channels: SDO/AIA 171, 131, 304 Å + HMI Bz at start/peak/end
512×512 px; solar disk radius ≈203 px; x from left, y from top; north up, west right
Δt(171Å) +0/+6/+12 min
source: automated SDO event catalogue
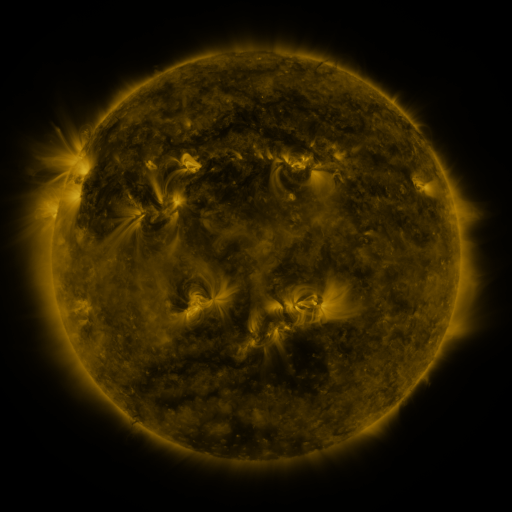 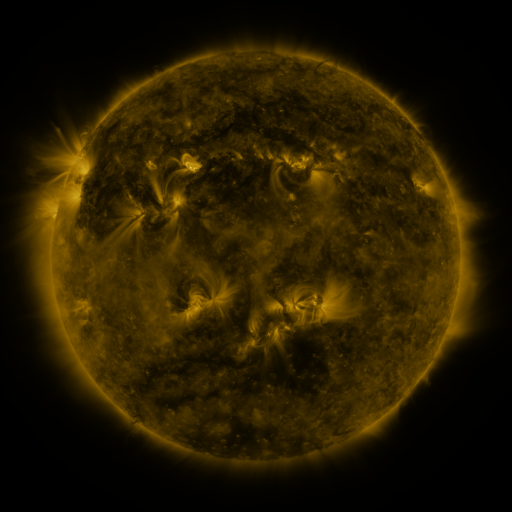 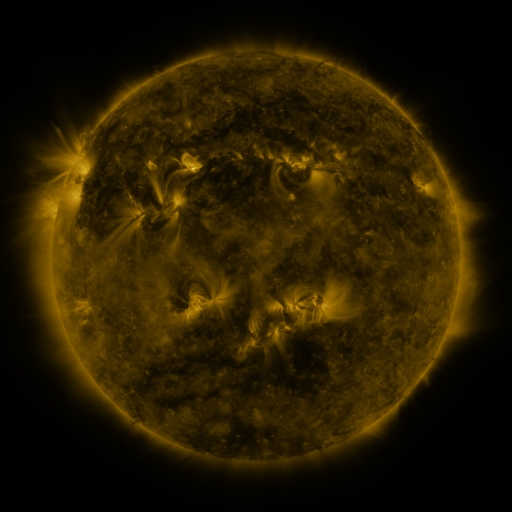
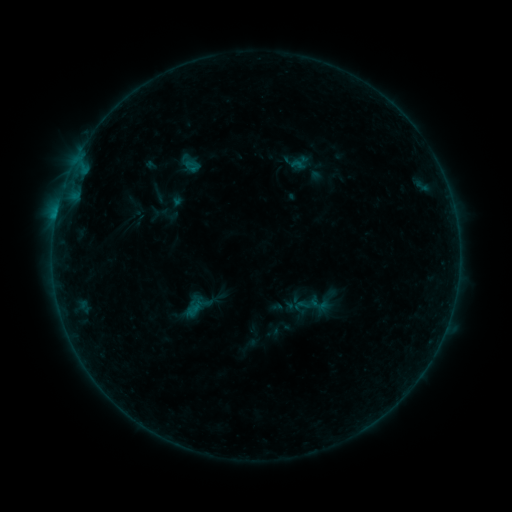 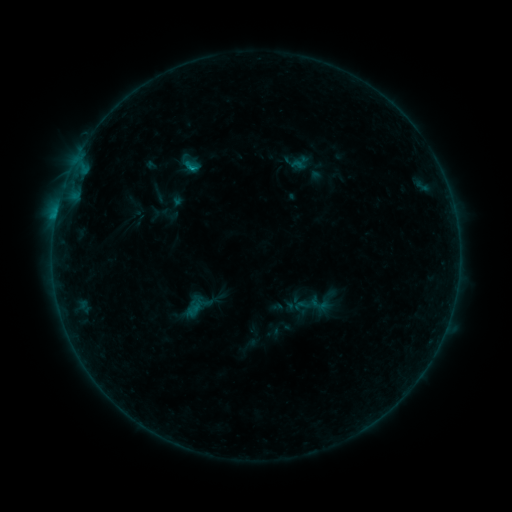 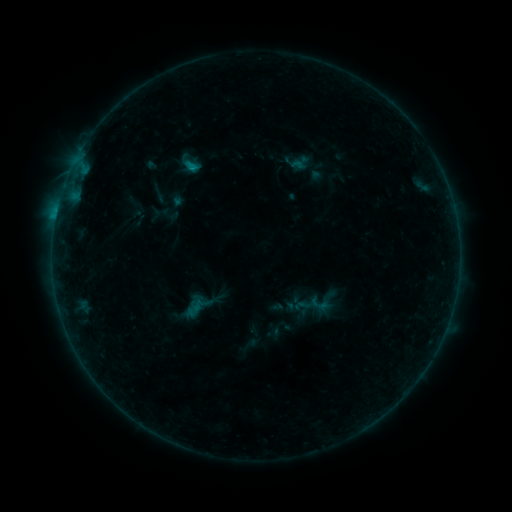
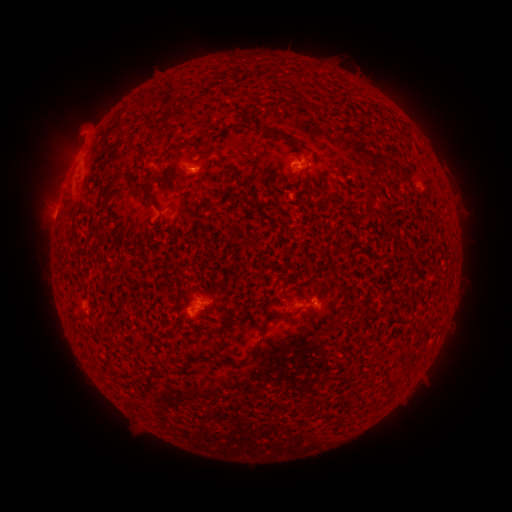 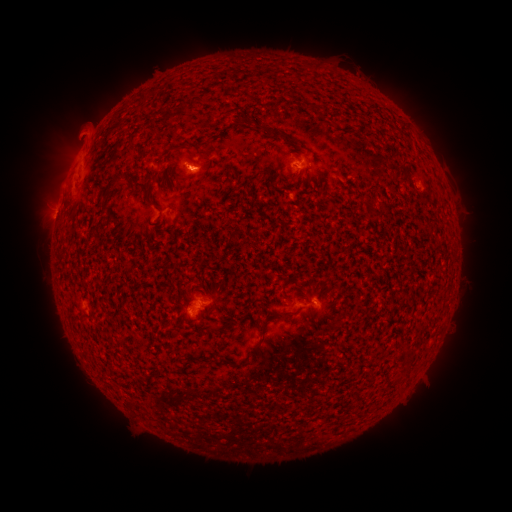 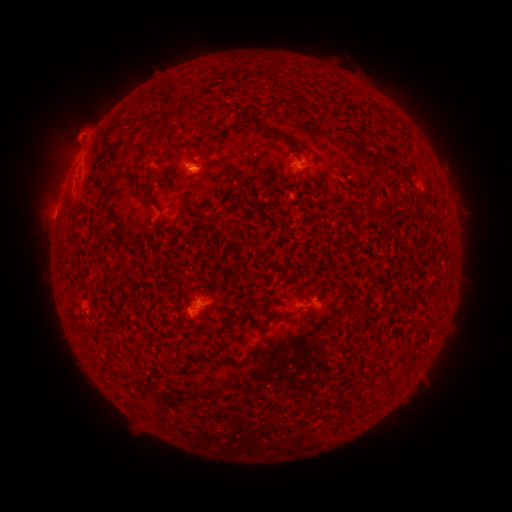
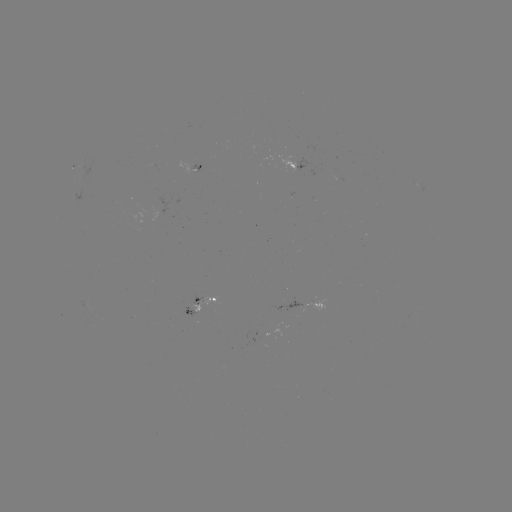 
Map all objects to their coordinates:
B4.7 flare: (193, 168)
